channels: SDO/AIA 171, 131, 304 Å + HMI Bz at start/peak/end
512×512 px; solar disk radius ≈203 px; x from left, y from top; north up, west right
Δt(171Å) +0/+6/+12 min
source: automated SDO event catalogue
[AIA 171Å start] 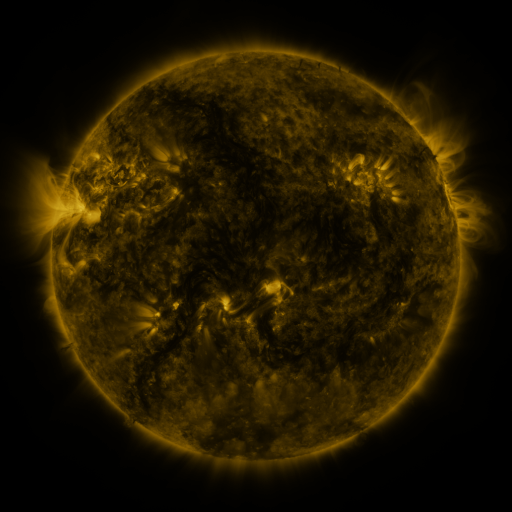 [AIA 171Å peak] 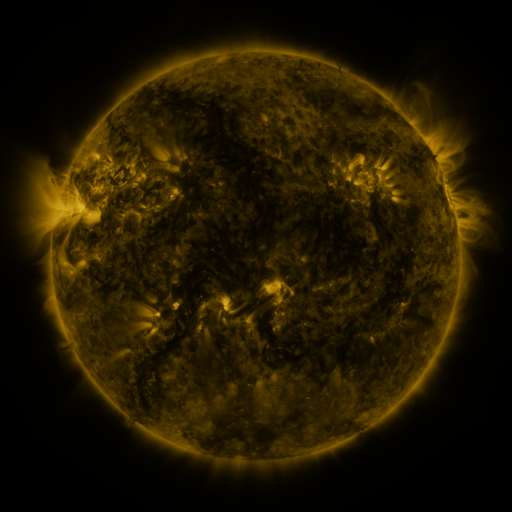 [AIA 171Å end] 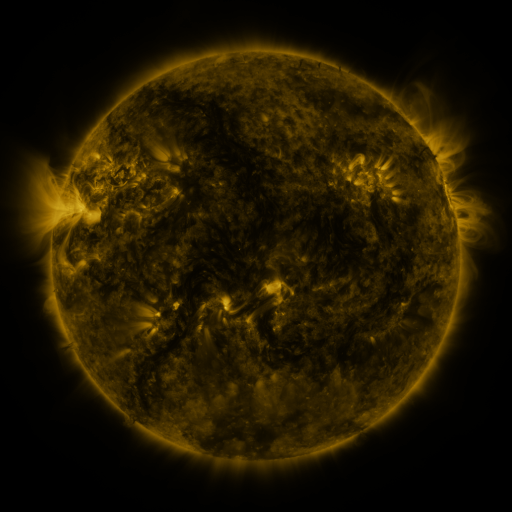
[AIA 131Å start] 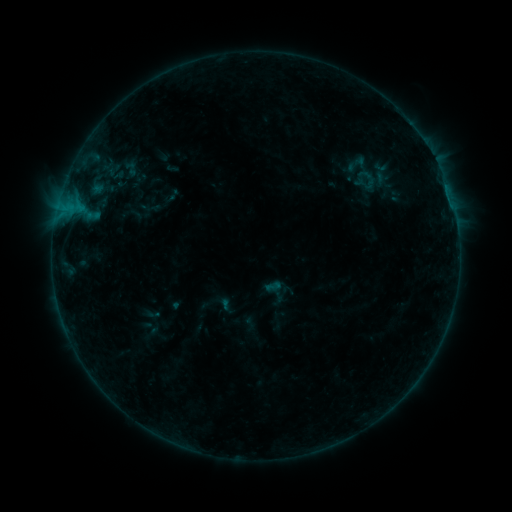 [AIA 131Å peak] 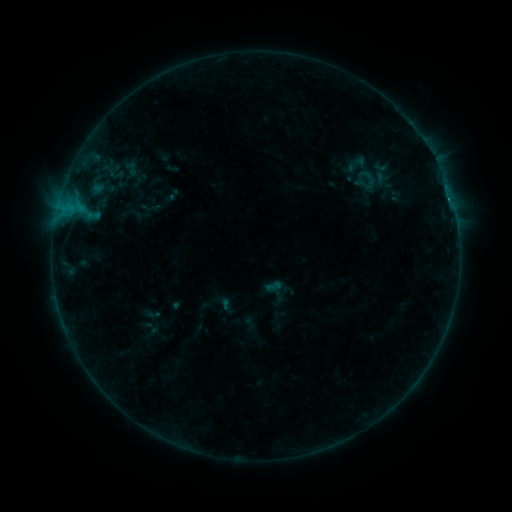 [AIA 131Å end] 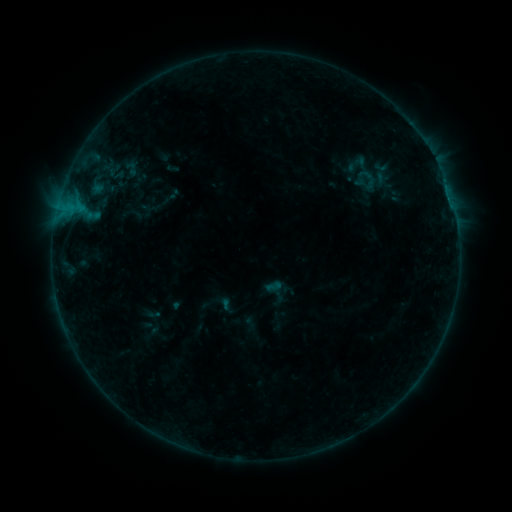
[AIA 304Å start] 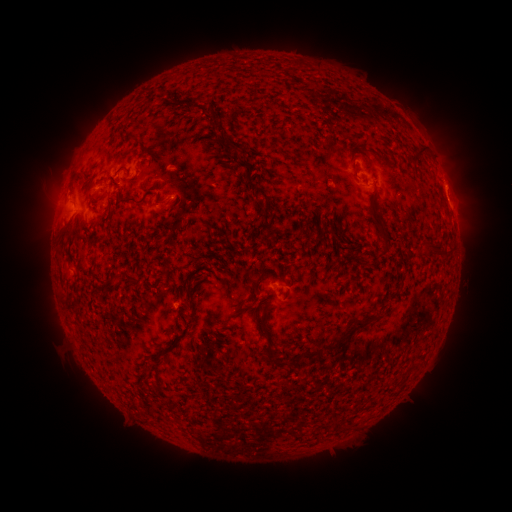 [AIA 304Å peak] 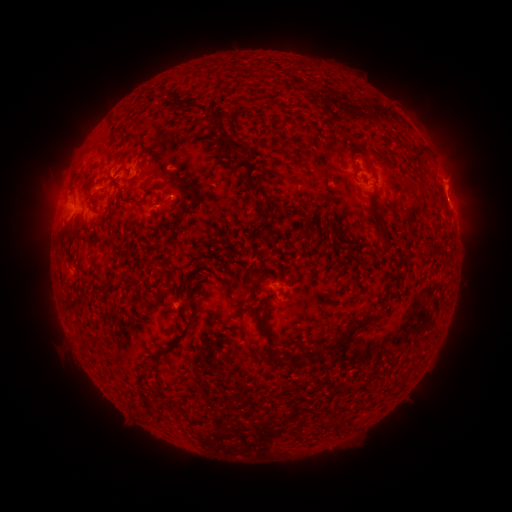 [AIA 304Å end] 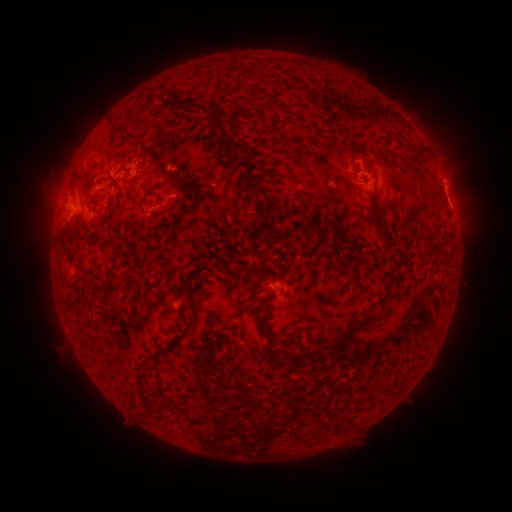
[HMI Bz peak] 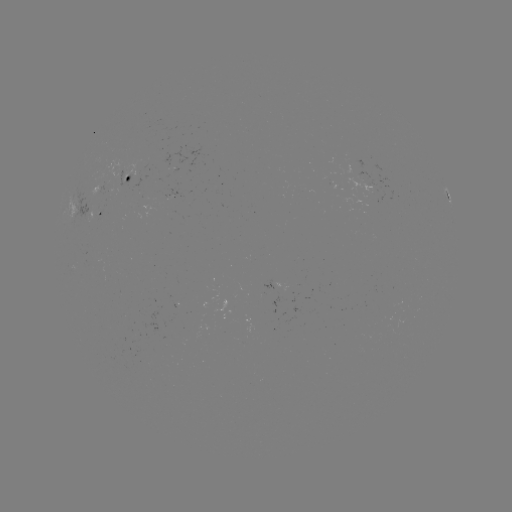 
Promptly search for B3.5 flare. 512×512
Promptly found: (174, 197).